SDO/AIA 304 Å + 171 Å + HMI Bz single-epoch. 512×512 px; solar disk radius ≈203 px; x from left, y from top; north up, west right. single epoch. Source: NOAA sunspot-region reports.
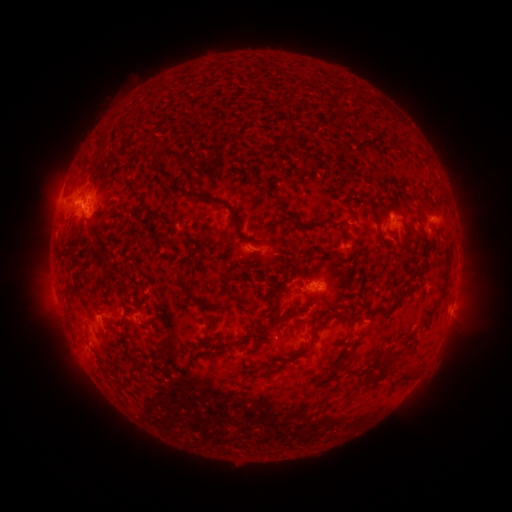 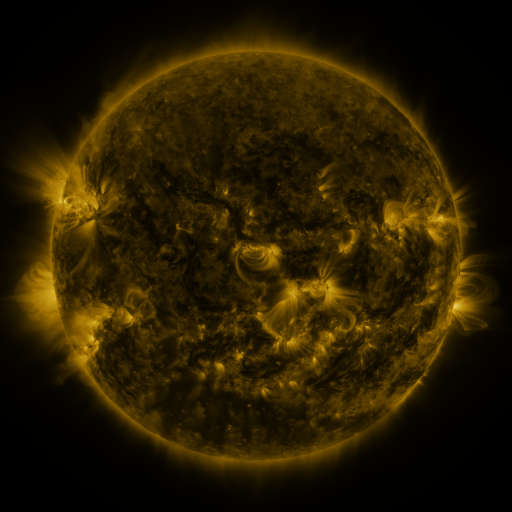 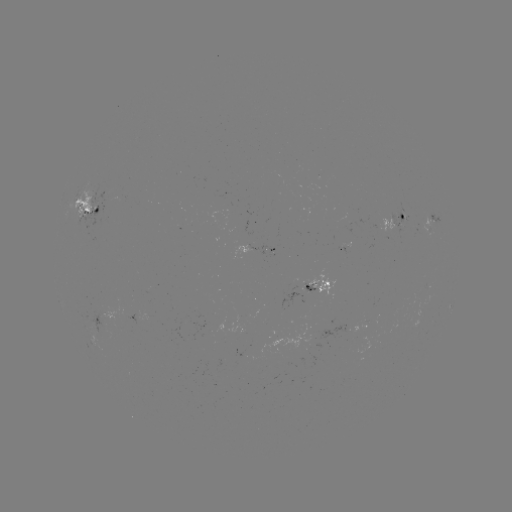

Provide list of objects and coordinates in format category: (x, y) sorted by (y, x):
spotted active region: (93, 207)
spotted active region: (433, 219)
spotted active region: (396, 223)
spotted active region: (277, 251)
spotted active region: (322, 286)
spotted active region: (453, 301)
spotted active region: (140, 319)
spotted active region: (370, 326)
